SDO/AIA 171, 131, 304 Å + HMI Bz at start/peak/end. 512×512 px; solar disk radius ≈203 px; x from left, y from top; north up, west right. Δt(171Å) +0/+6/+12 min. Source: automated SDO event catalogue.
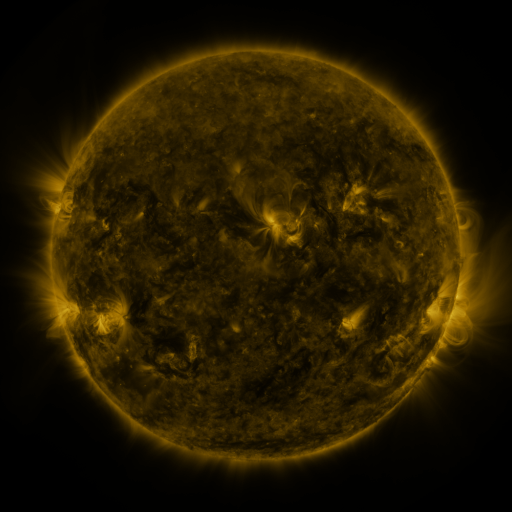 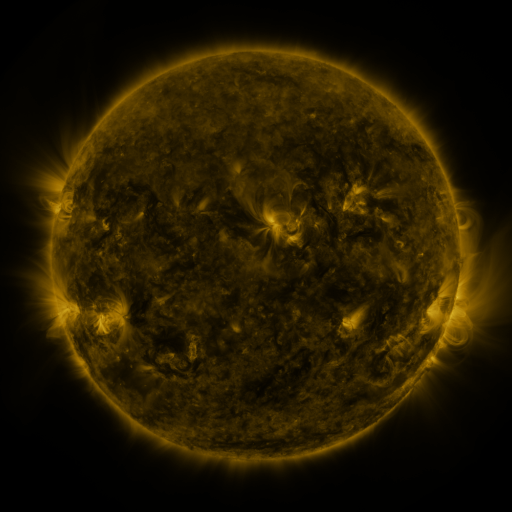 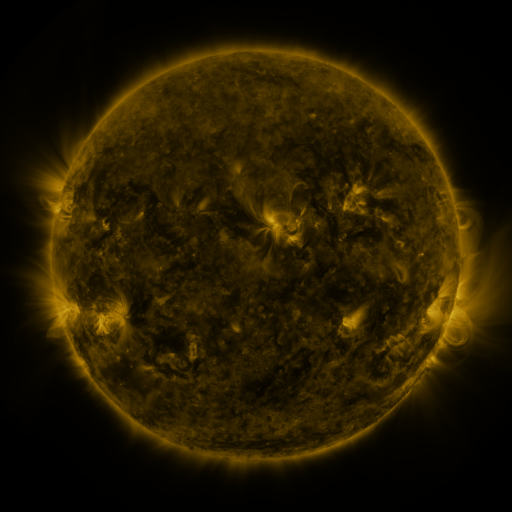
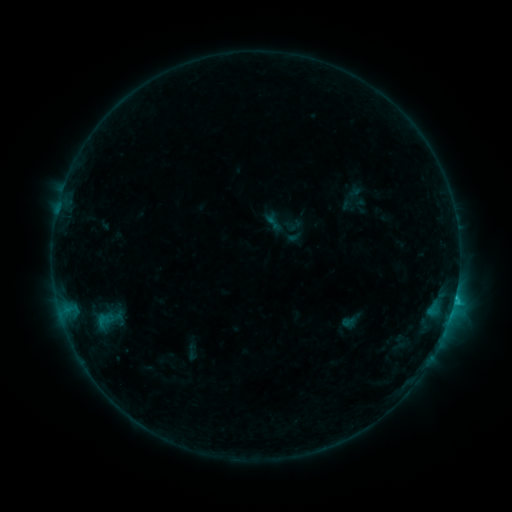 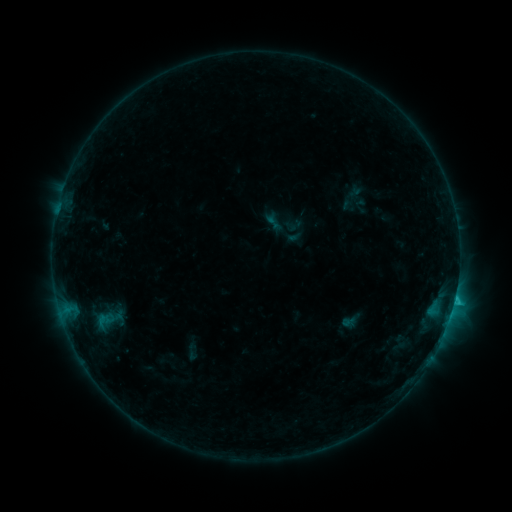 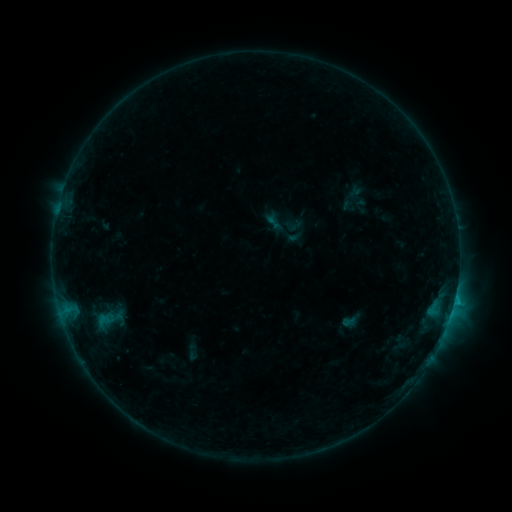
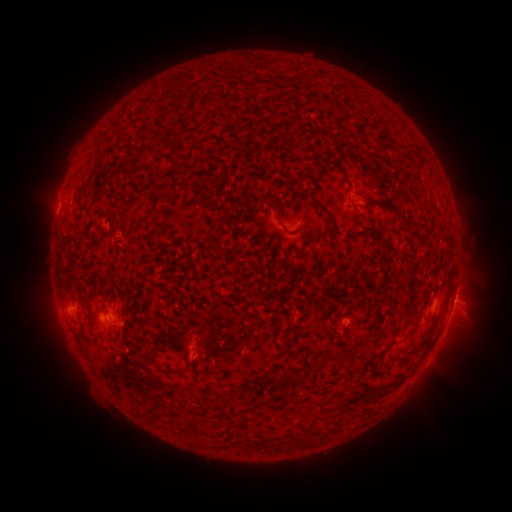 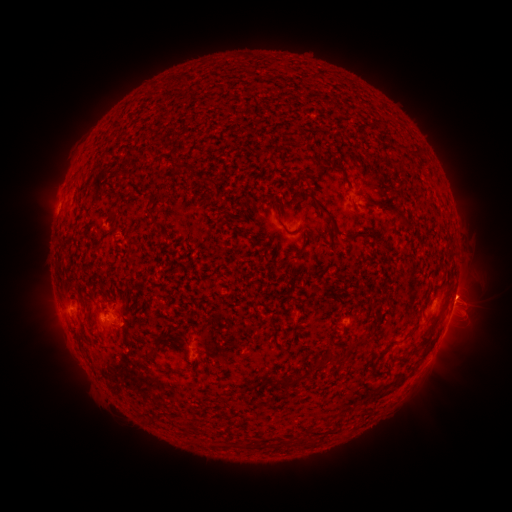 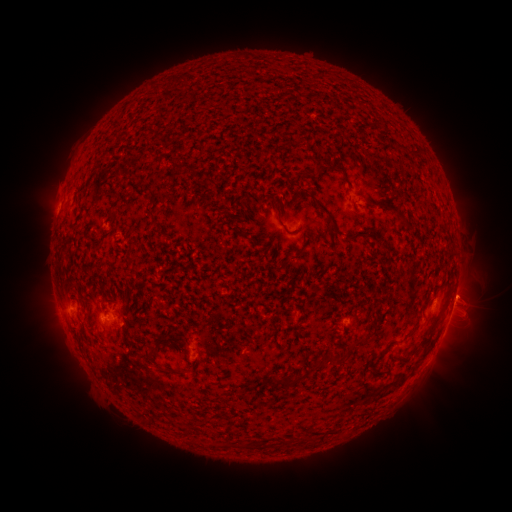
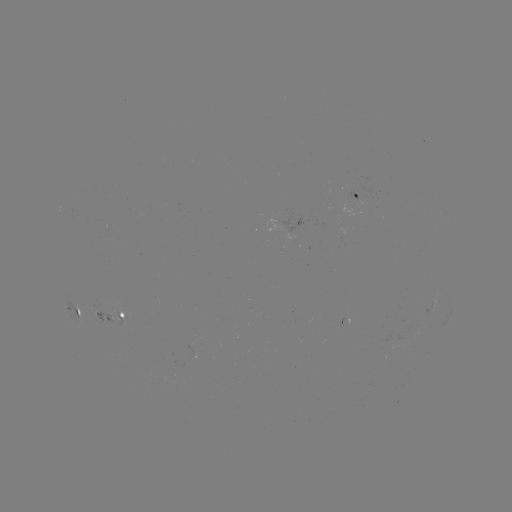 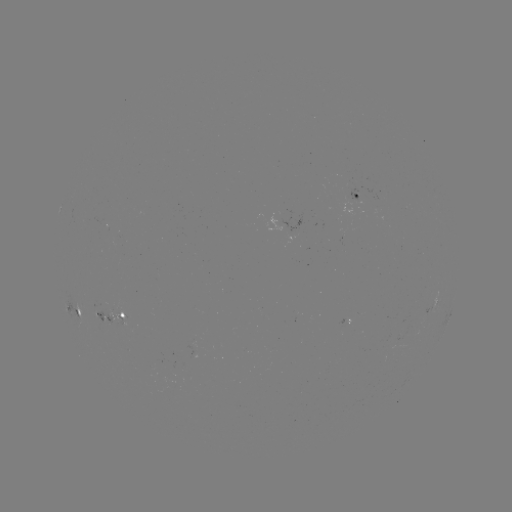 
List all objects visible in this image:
eruption: (466, 292)
